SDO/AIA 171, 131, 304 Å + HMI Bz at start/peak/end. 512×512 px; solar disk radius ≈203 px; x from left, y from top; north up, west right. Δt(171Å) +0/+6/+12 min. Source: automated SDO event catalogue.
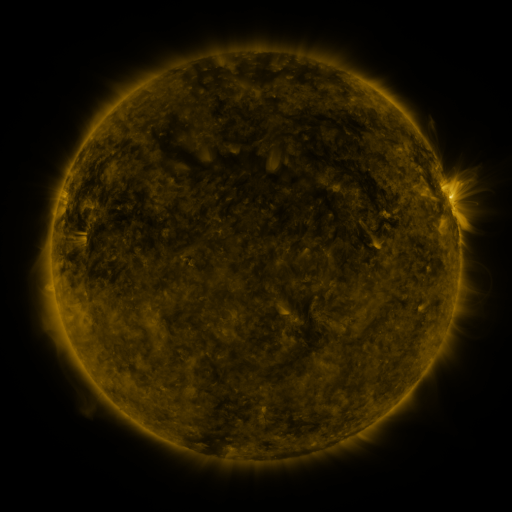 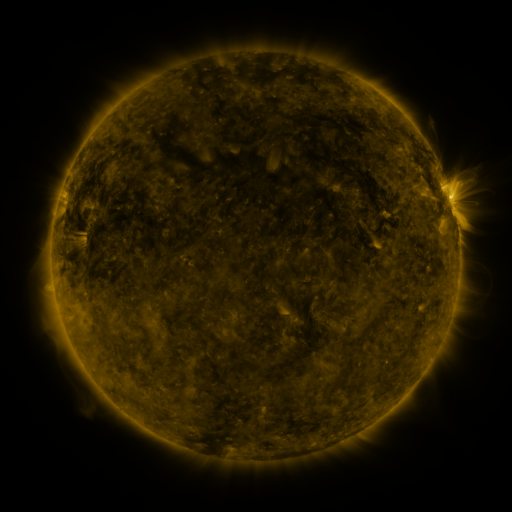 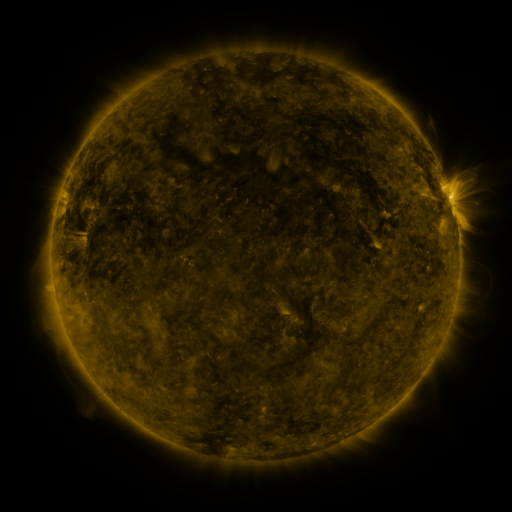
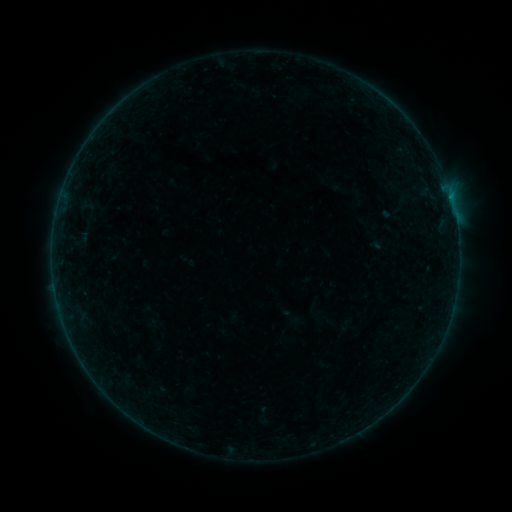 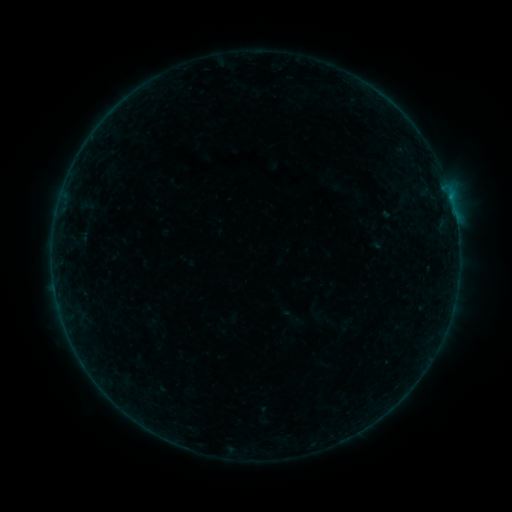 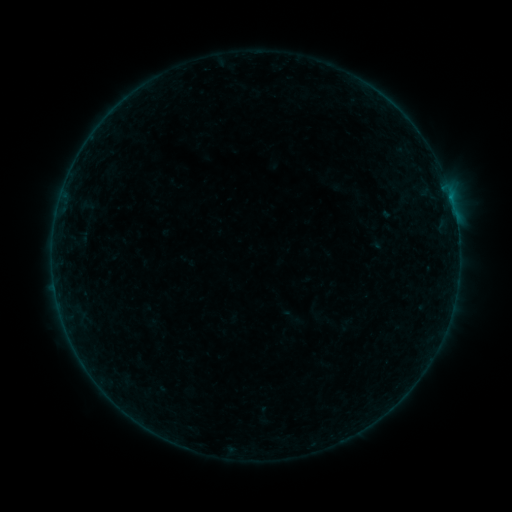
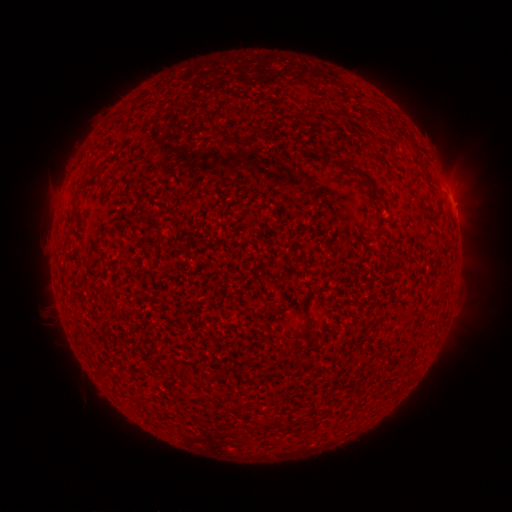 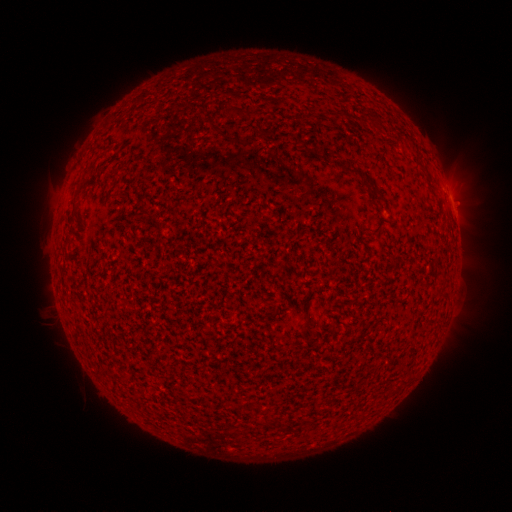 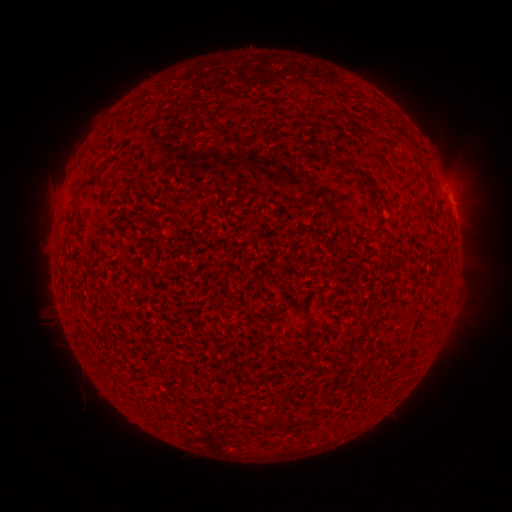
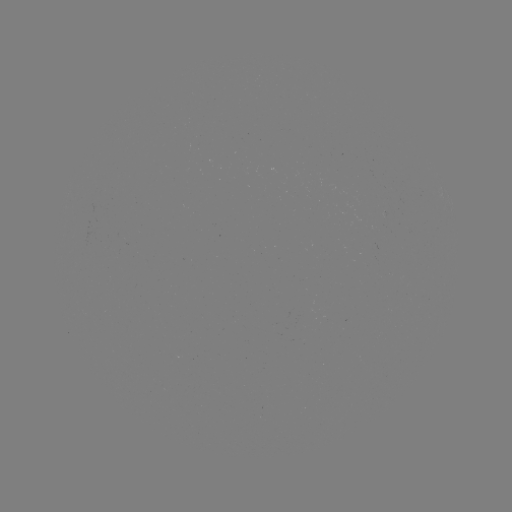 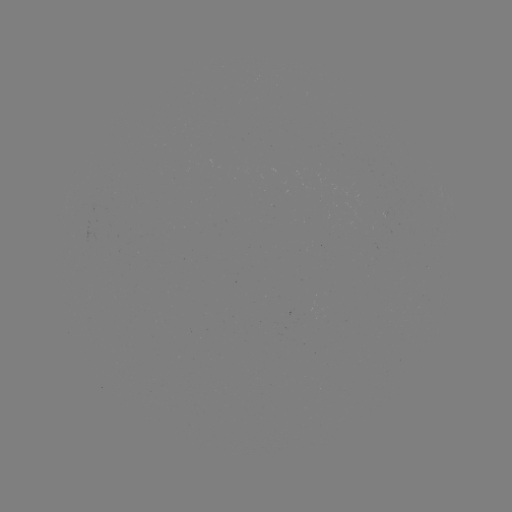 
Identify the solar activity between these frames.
B1.3 flare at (454, 214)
